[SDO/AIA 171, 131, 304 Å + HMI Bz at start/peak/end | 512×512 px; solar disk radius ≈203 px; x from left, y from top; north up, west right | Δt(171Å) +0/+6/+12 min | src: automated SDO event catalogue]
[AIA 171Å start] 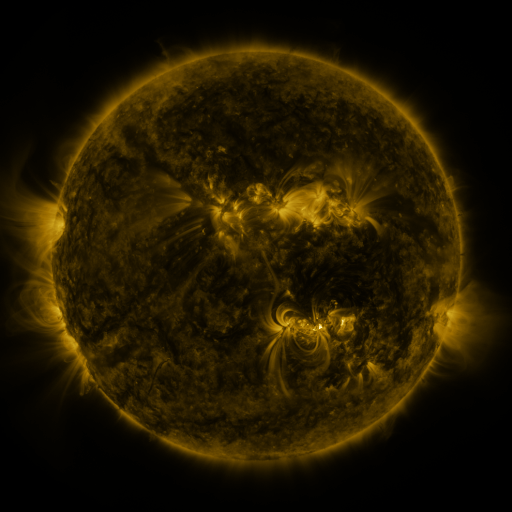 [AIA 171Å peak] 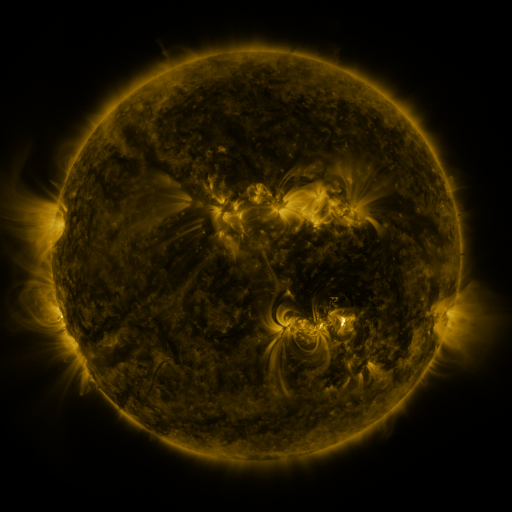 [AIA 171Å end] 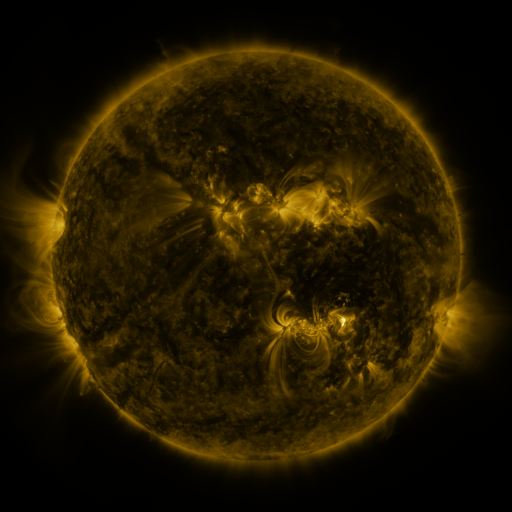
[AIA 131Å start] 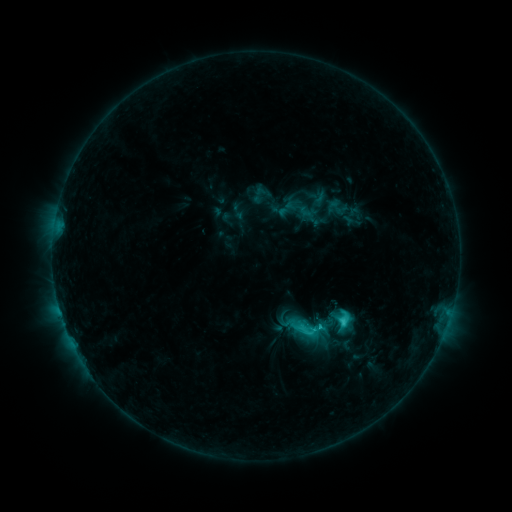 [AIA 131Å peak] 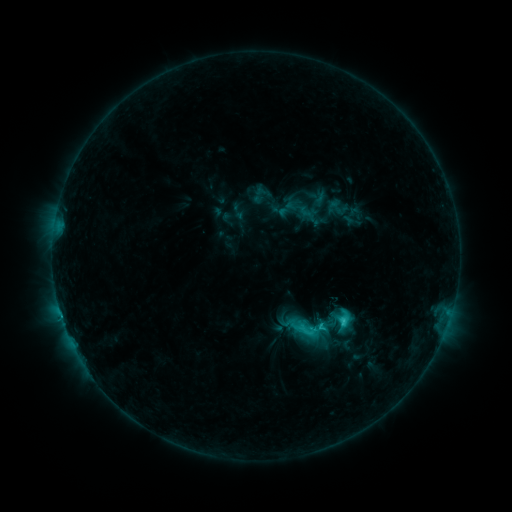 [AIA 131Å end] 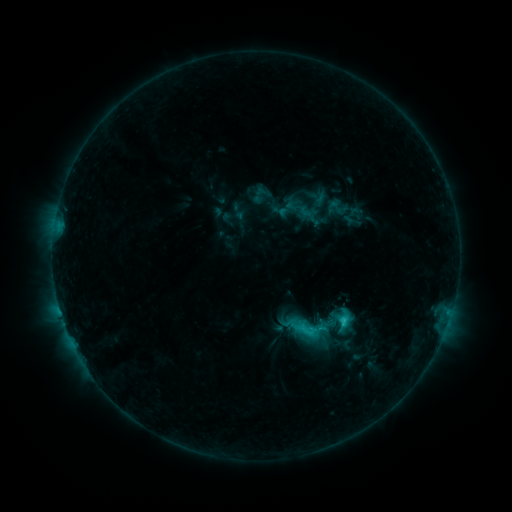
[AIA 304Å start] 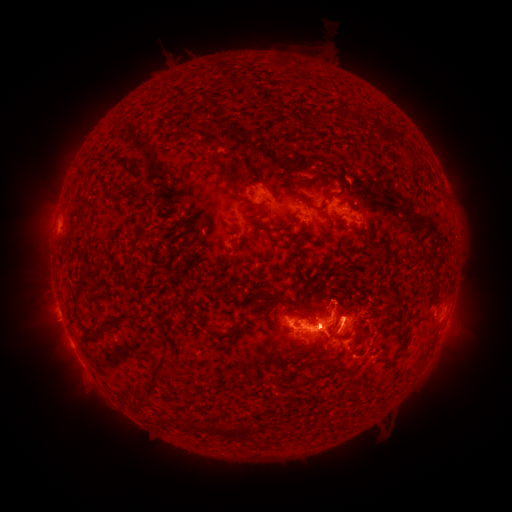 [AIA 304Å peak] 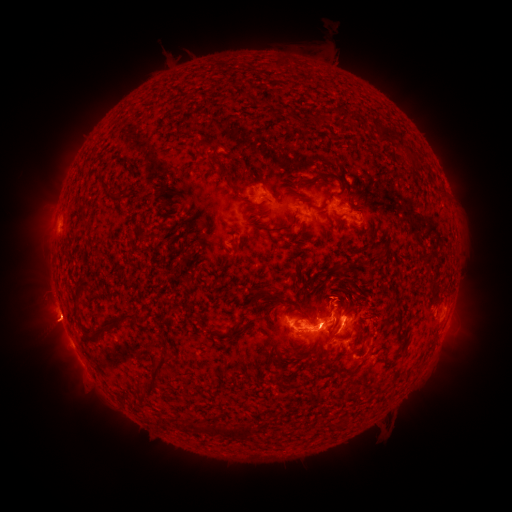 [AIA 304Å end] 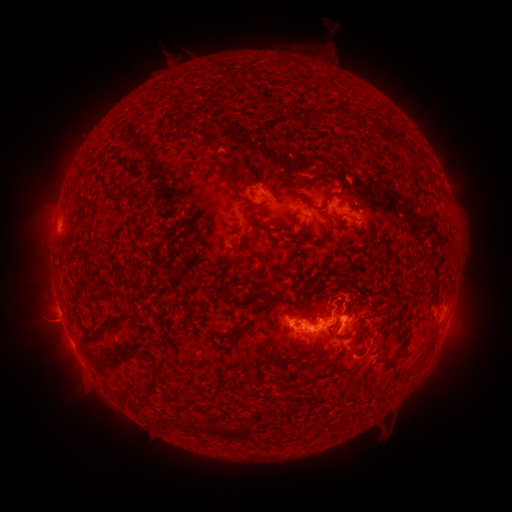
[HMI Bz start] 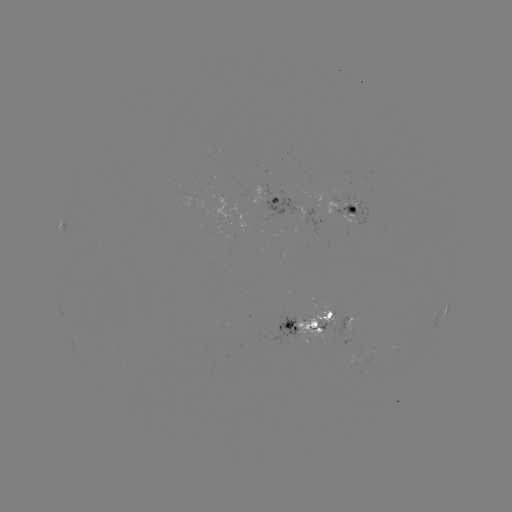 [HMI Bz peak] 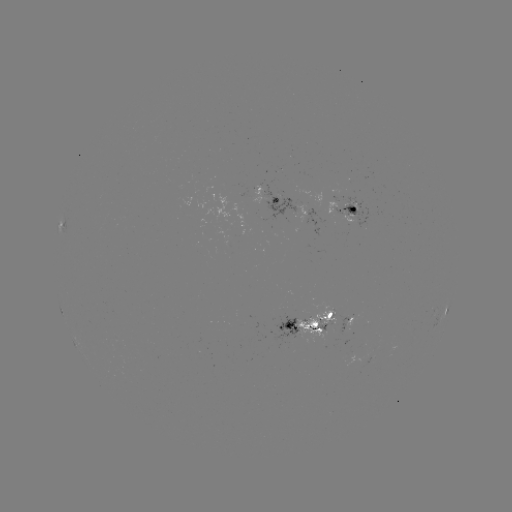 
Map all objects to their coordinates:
eruption: (56, 322)
